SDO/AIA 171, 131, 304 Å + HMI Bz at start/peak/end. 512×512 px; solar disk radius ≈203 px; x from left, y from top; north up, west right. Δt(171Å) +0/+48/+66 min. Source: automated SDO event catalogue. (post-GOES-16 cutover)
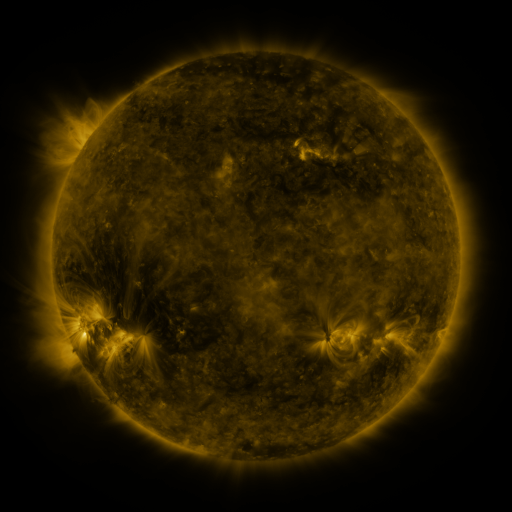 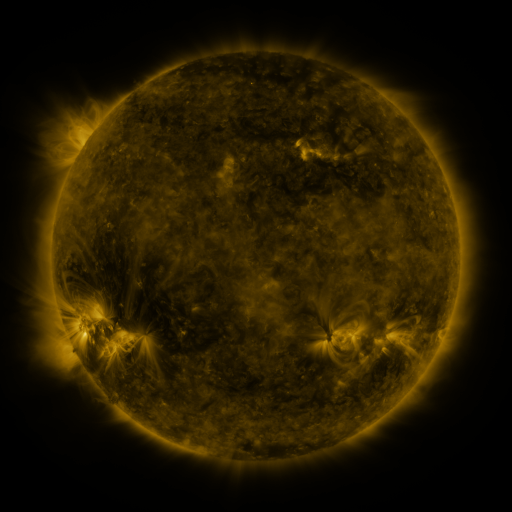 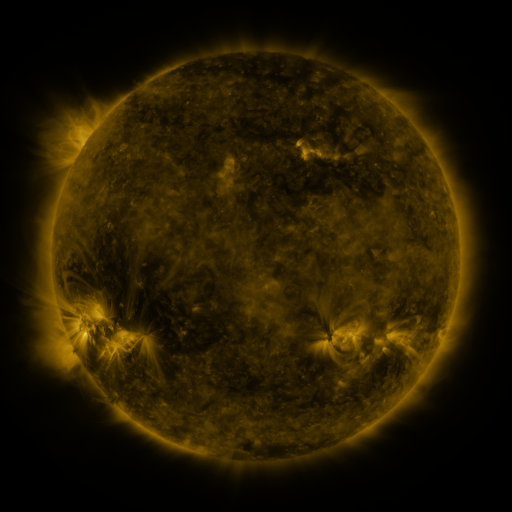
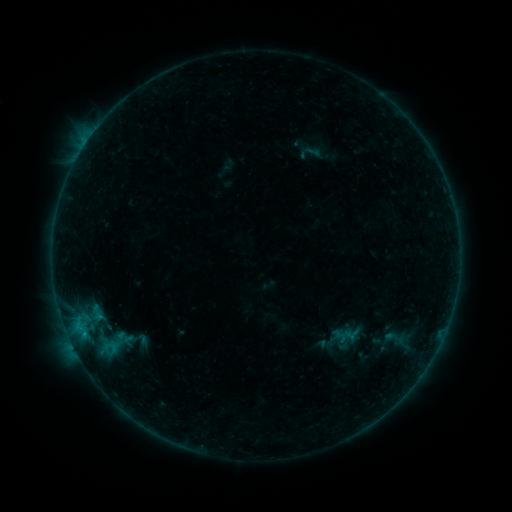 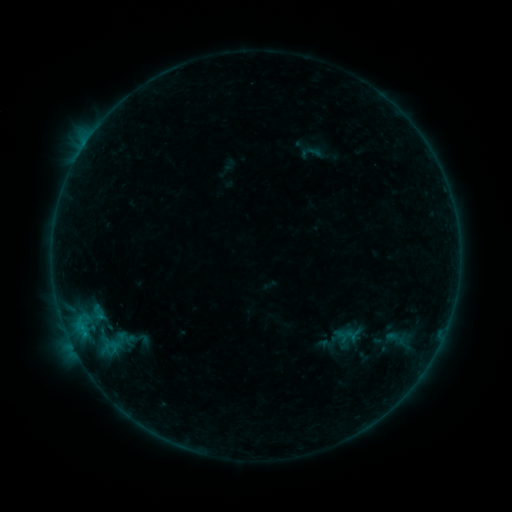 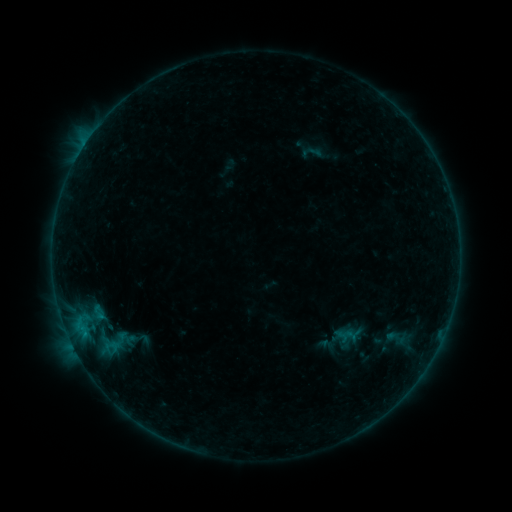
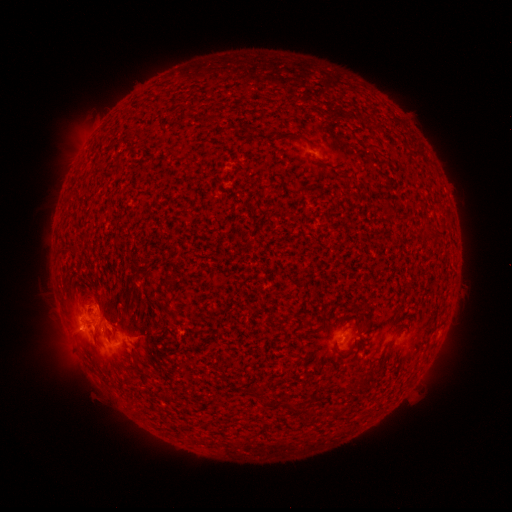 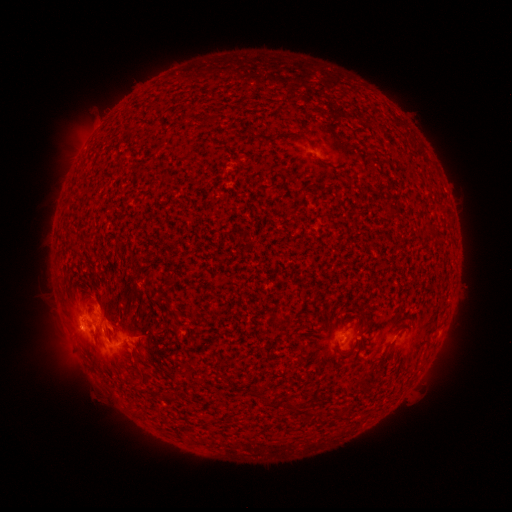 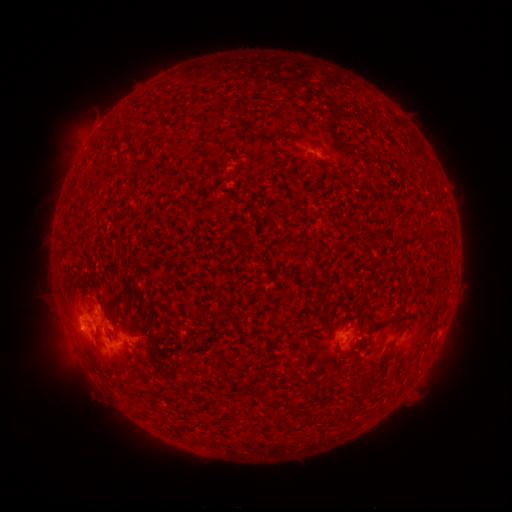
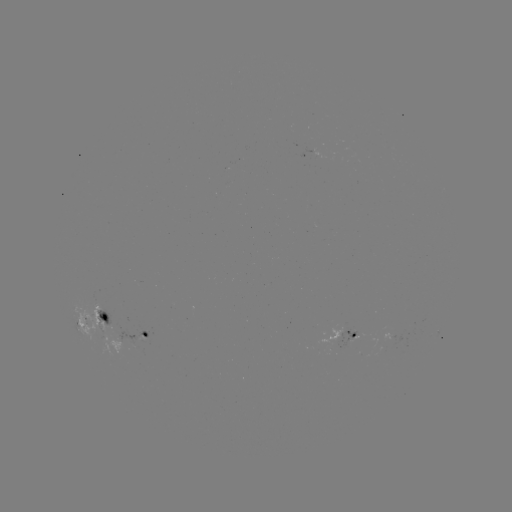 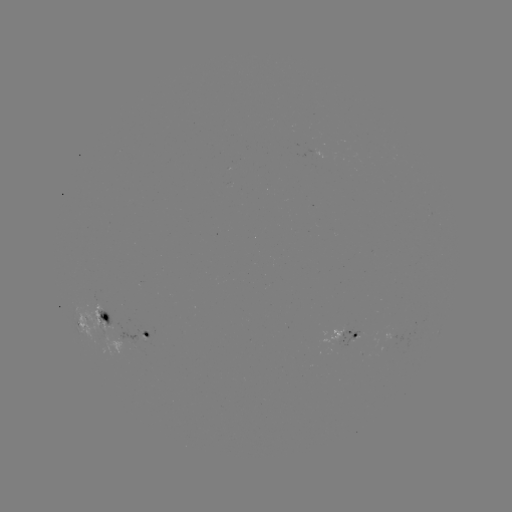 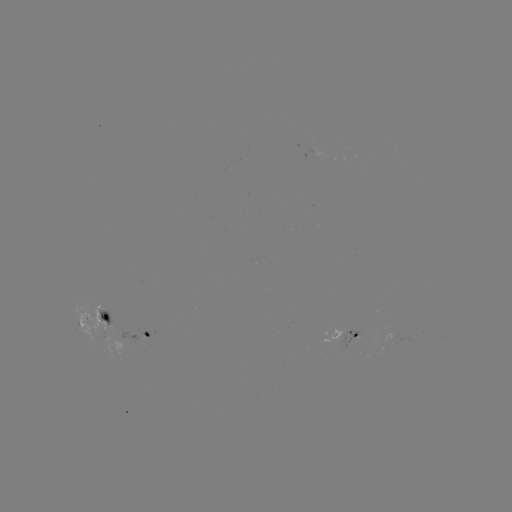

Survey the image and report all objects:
B5.8 flare: (69, 316)
